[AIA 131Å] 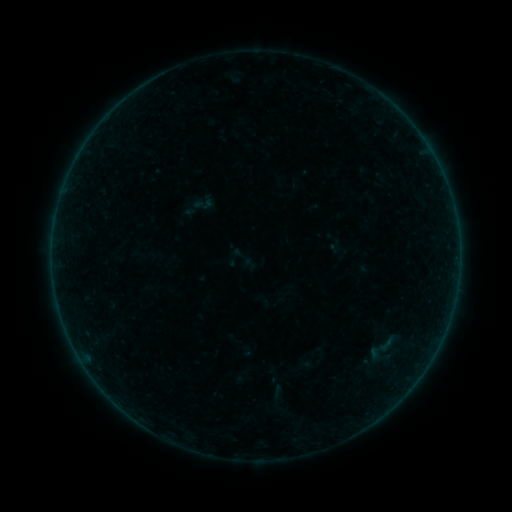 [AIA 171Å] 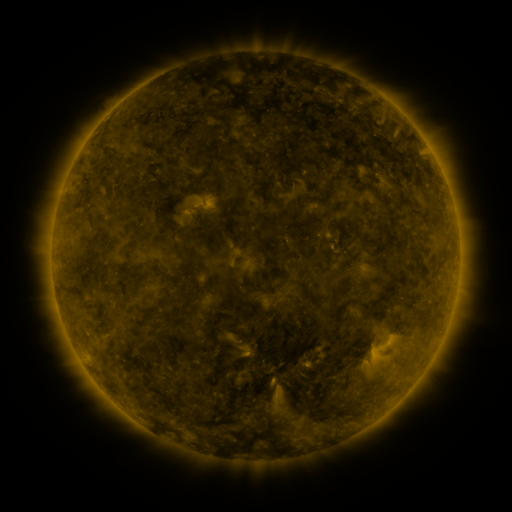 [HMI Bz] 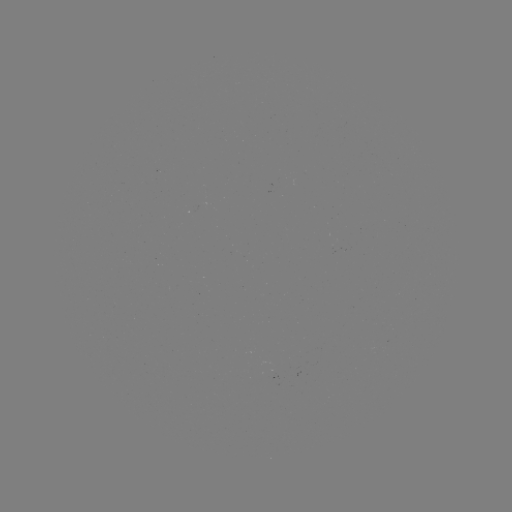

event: sigmoid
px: (382, 348)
